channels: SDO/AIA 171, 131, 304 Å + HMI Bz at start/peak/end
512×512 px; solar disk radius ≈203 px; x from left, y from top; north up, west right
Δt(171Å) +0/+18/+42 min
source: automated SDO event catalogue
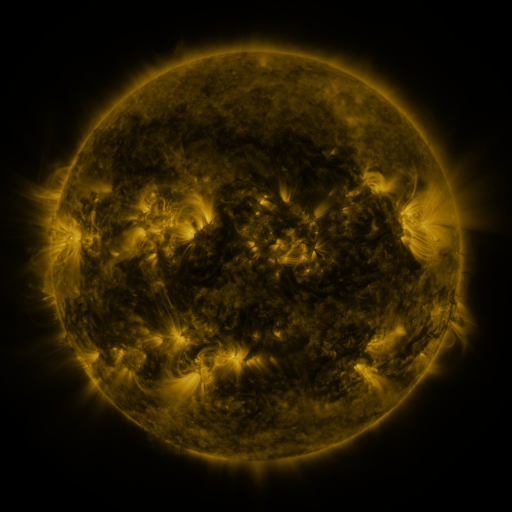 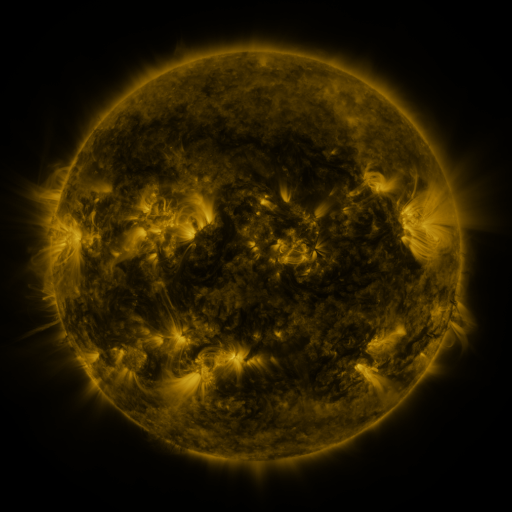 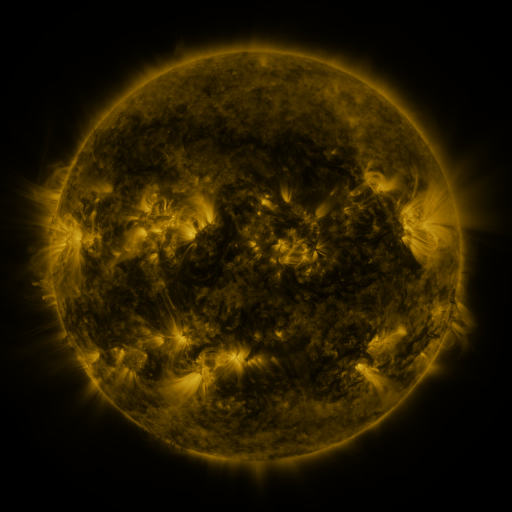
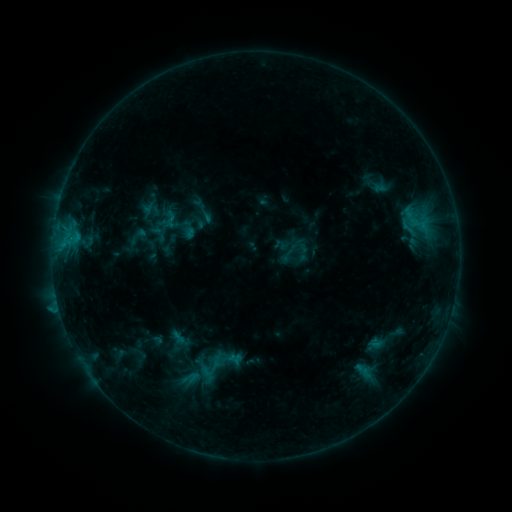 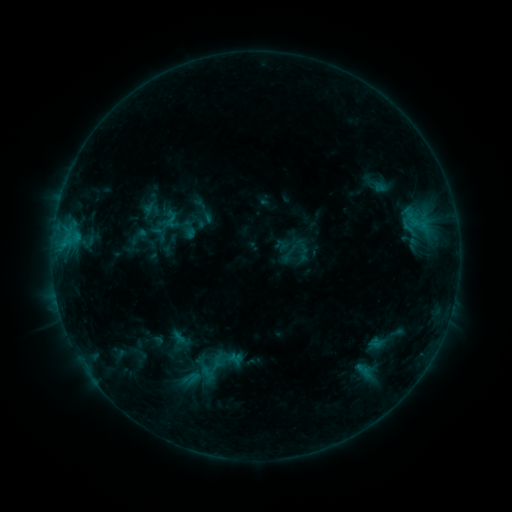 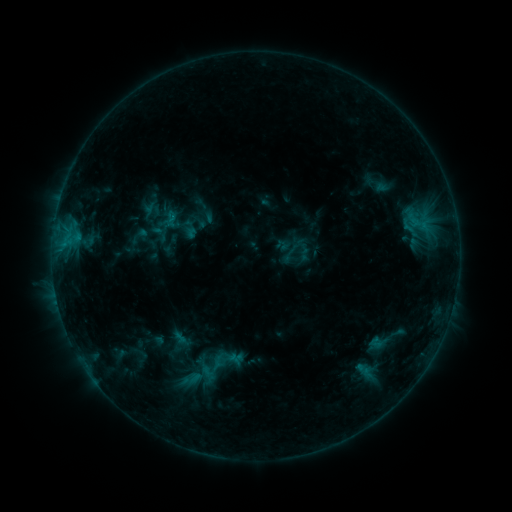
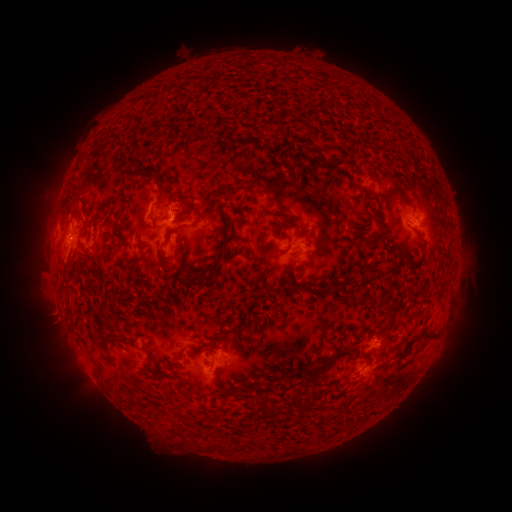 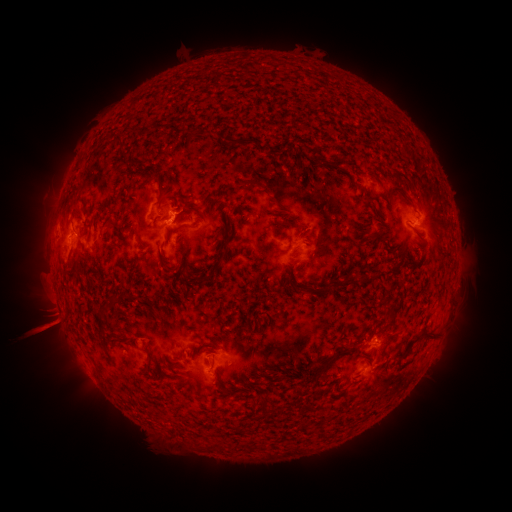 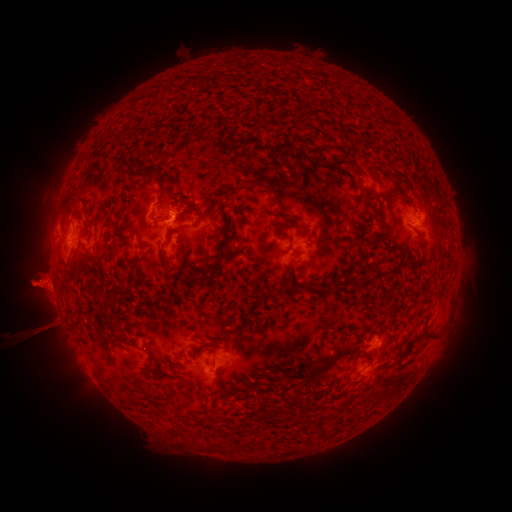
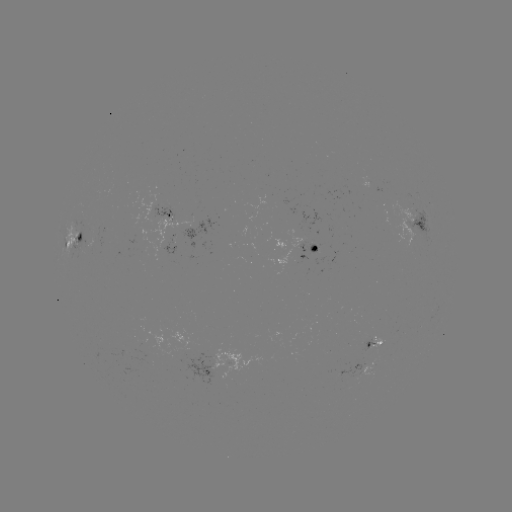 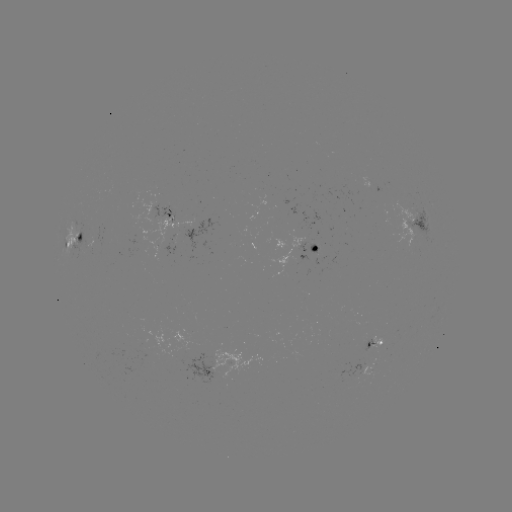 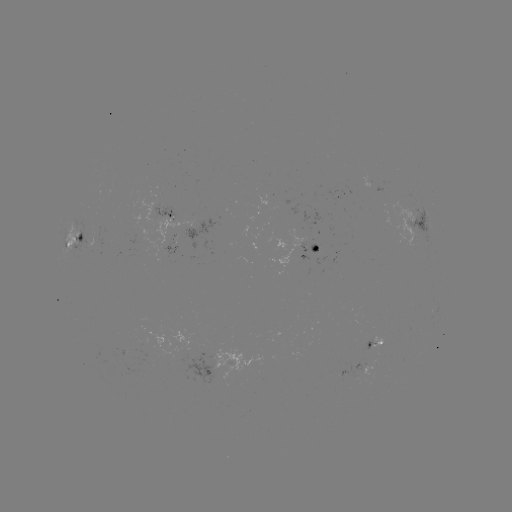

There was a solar eruption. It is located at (47, 291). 